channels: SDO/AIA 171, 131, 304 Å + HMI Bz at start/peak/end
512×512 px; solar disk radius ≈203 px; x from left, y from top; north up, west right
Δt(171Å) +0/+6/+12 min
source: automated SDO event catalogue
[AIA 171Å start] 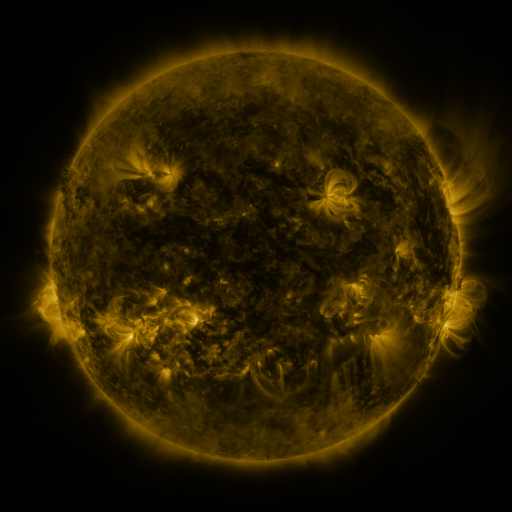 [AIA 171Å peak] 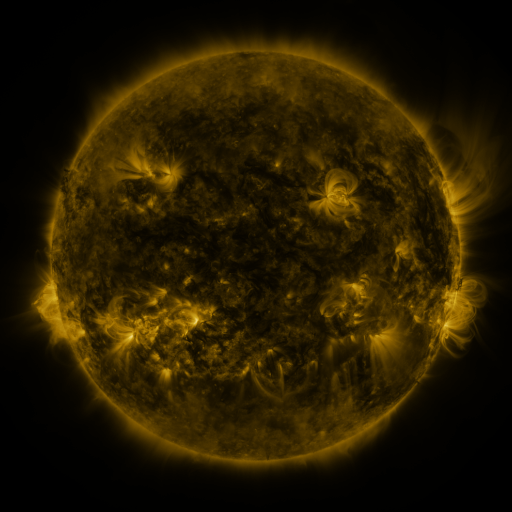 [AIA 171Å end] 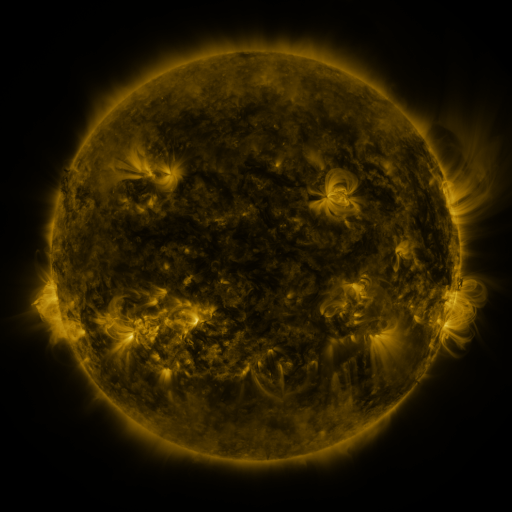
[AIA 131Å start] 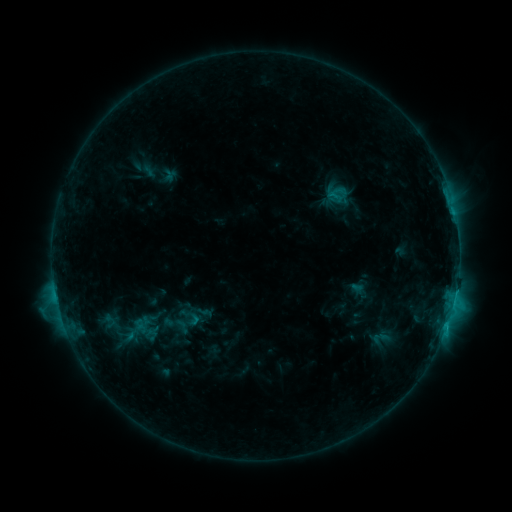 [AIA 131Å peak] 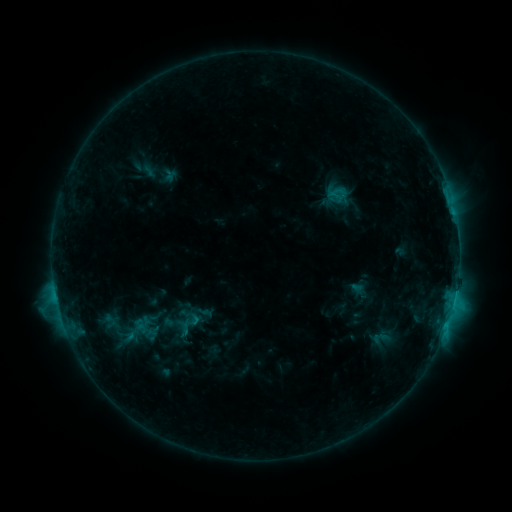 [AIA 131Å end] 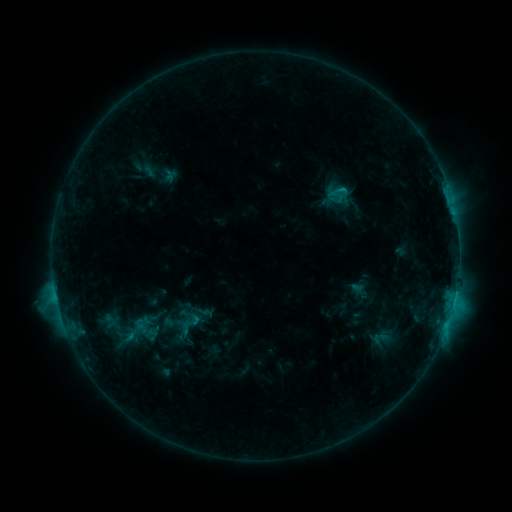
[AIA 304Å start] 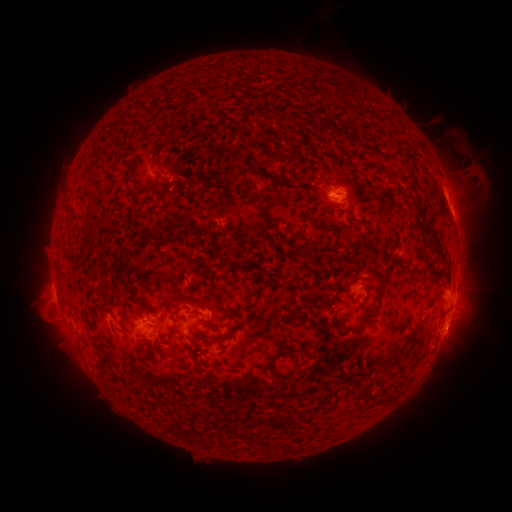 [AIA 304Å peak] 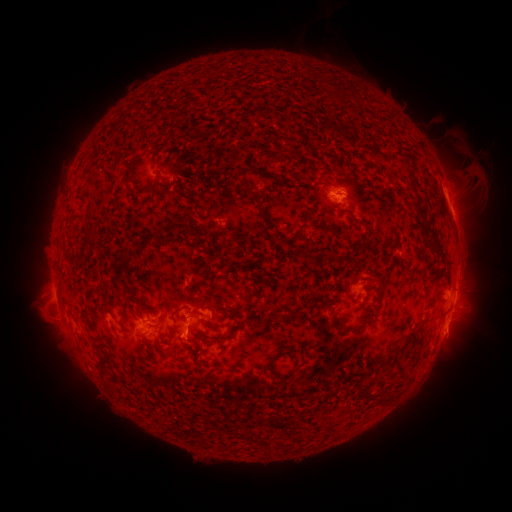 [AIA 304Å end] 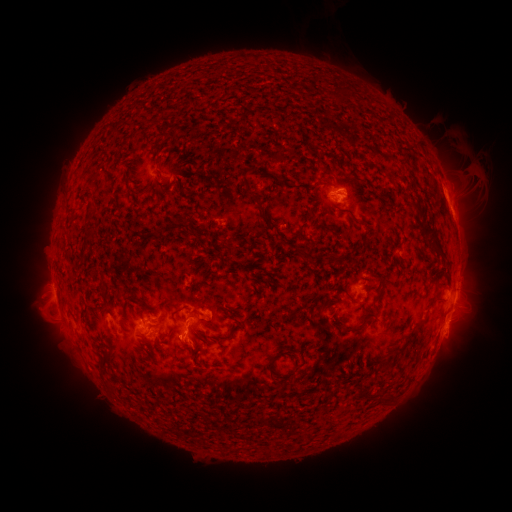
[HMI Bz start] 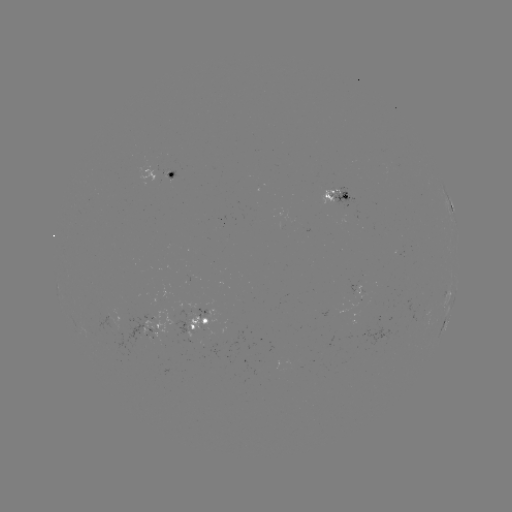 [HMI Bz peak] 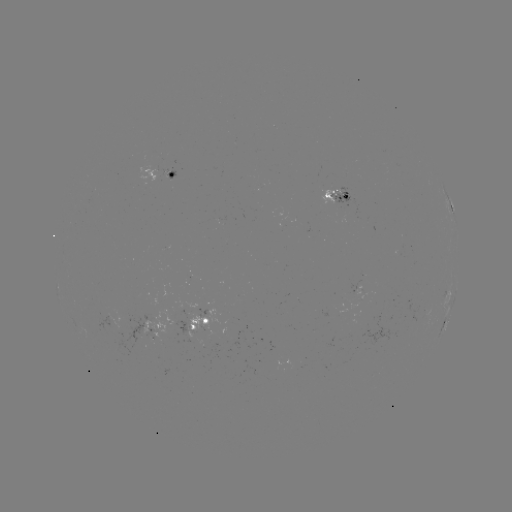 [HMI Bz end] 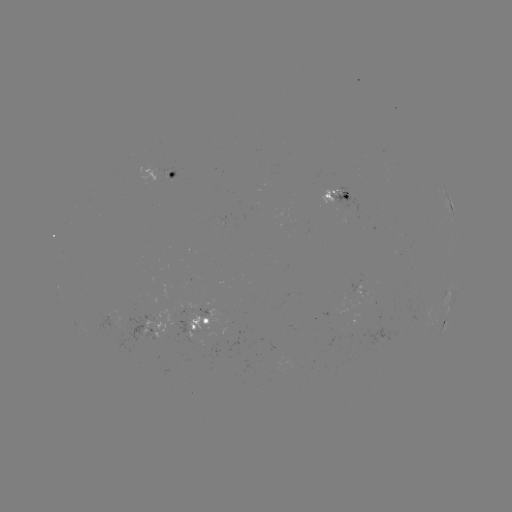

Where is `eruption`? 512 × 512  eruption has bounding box [161, 323, 205, 366].